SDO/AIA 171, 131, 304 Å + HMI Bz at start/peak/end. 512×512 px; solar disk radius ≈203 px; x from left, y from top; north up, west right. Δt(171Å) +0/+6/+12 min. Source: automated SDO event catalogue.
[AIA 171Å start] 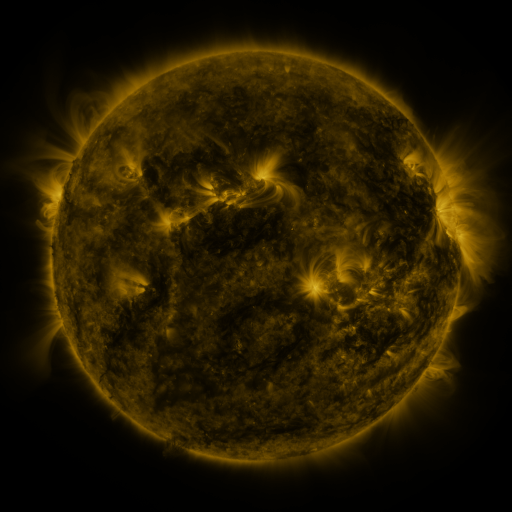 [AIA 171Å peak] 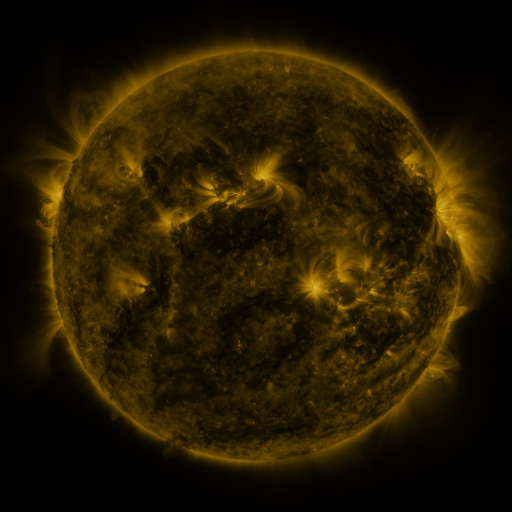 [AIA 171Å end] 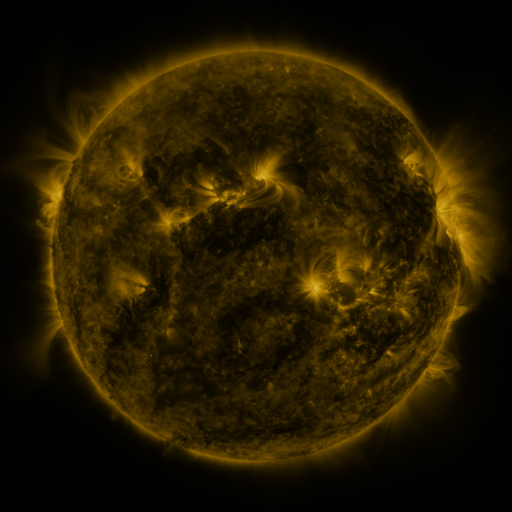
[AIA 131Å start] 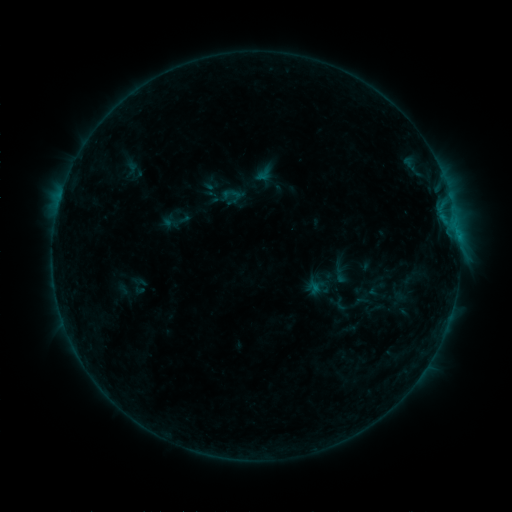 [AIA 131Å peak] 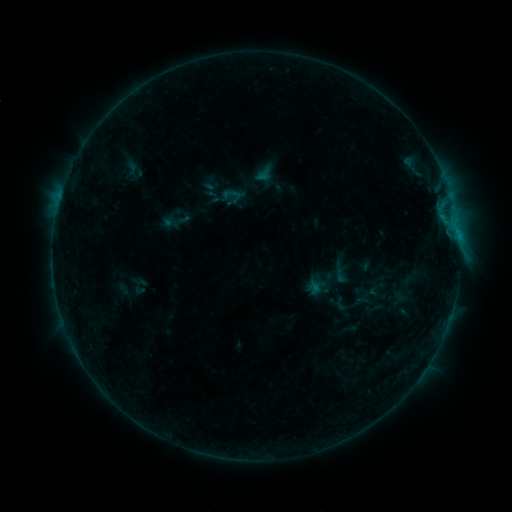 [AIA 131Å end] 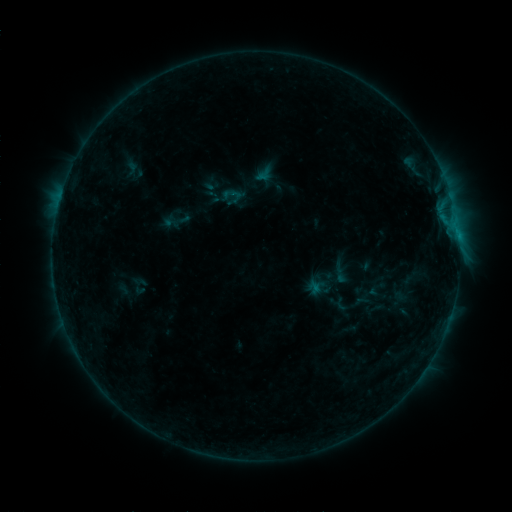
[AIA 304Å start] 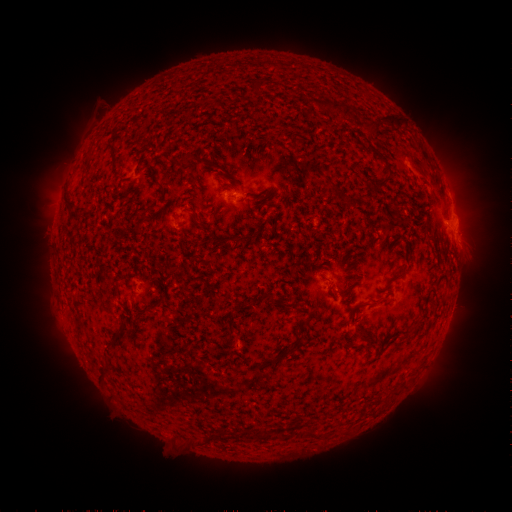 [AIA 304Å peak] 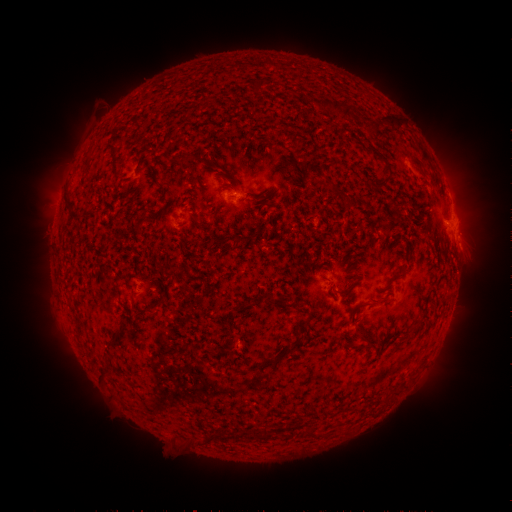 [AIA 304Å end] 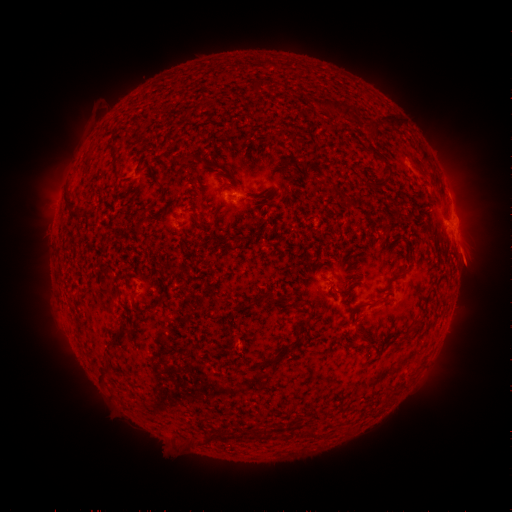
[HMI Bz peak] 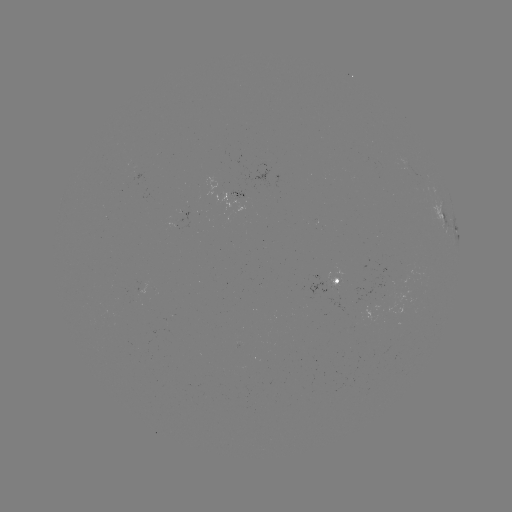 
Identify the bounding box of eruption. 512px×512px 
[446, 234, 494, 279].